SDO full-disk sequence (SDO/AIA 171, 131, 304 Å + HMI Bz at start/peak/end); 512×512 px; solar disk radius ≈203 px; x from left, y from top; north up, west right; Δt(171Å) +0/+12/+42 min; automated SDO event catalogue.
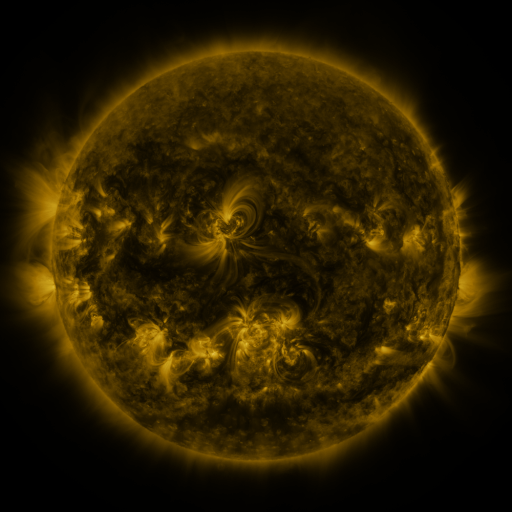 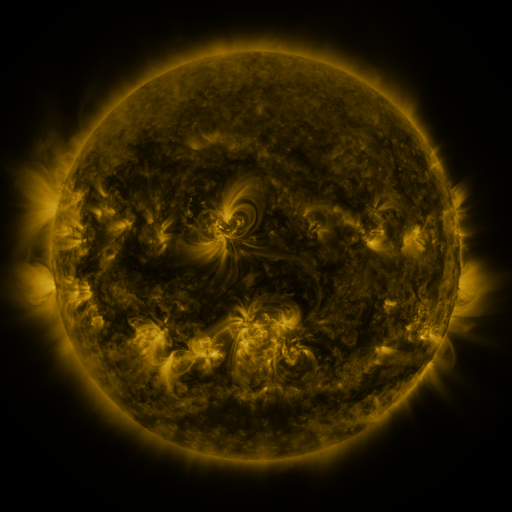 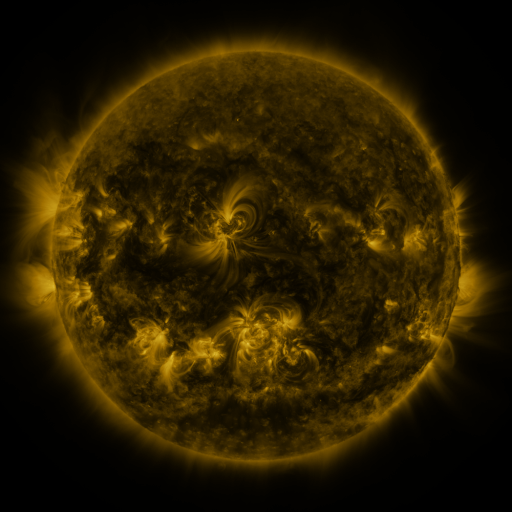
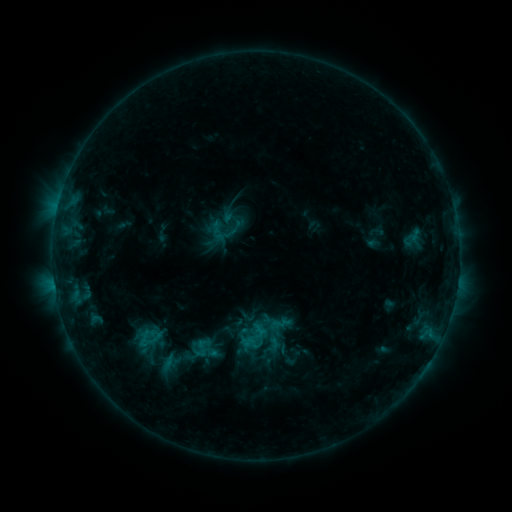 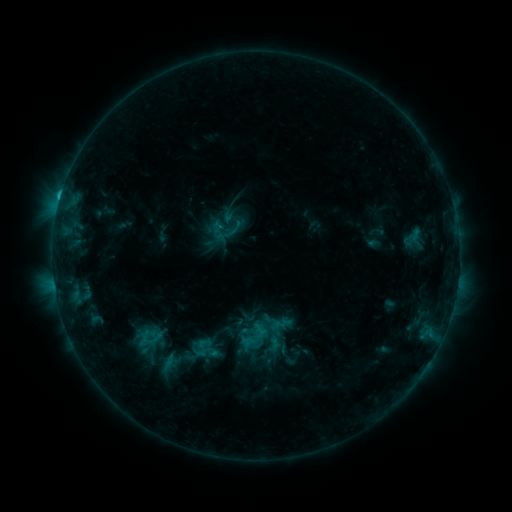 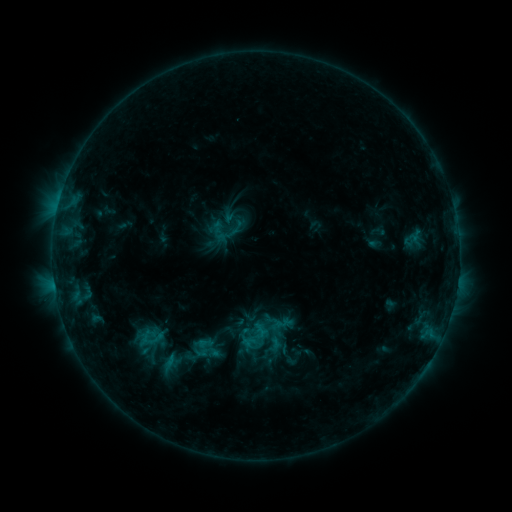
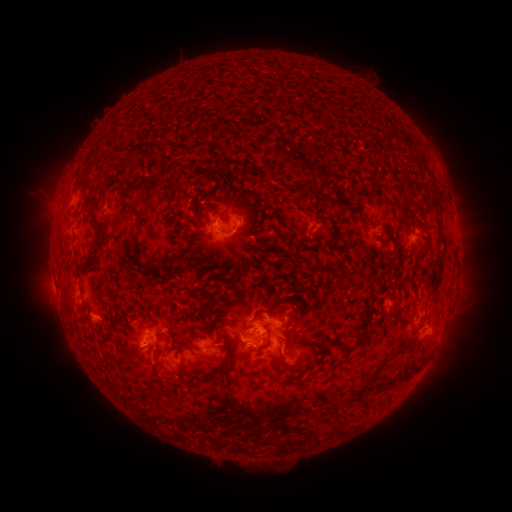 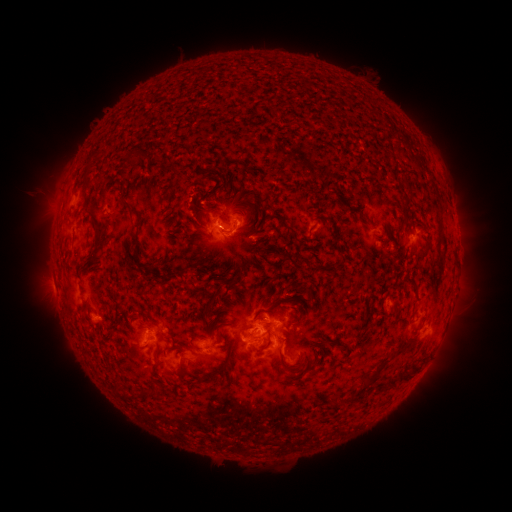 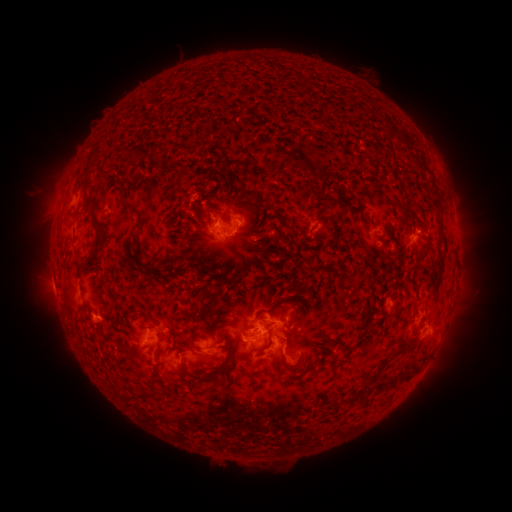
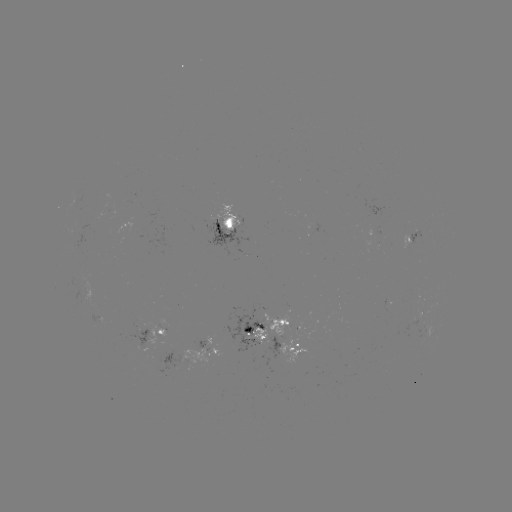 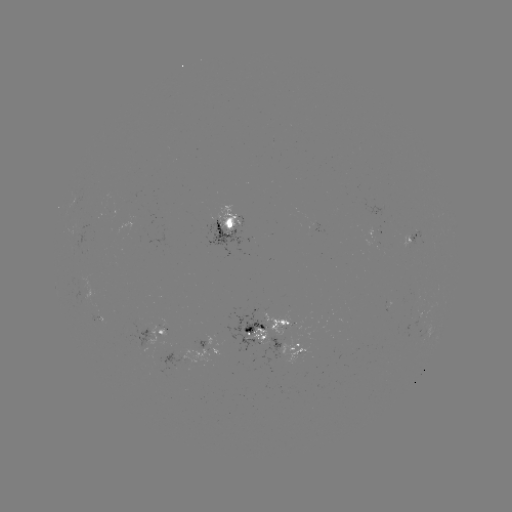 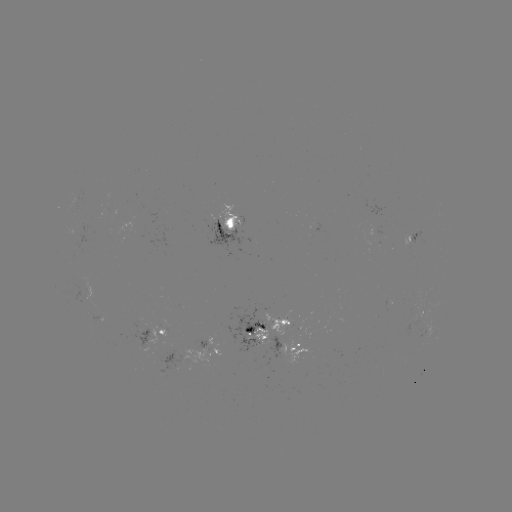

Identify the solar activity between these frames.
C1.3 flare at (60, 201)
